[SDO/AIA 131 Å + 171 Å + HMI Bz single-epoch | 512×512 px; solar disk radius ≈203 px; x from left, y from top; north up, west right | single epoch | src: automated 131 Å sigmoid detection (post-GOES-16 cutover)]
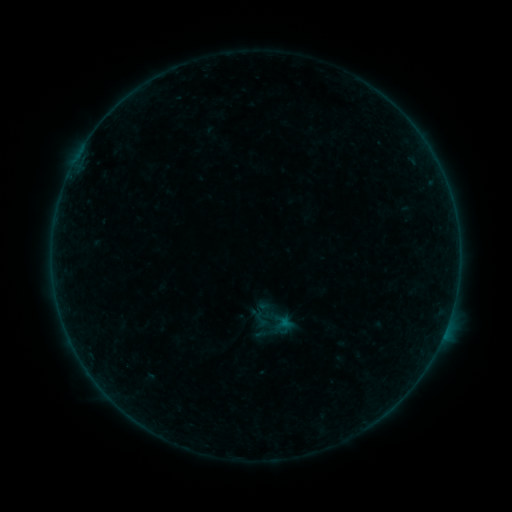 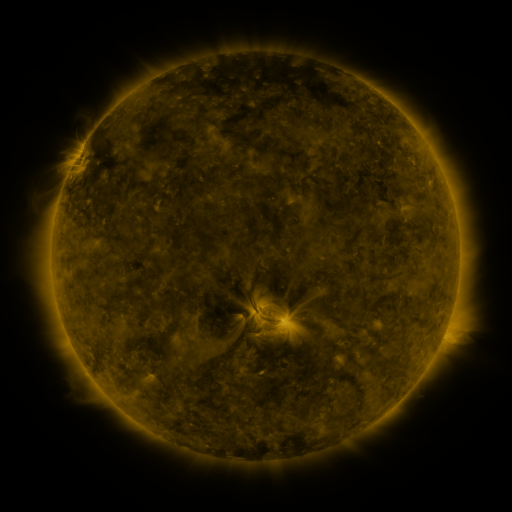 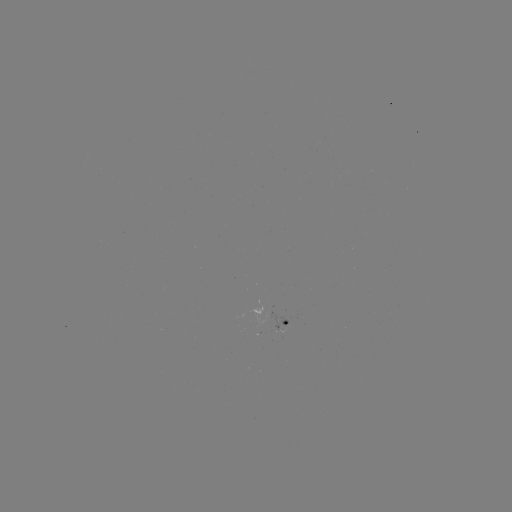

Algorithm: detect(sigmoid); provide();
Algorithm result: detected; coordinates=(261, 319)